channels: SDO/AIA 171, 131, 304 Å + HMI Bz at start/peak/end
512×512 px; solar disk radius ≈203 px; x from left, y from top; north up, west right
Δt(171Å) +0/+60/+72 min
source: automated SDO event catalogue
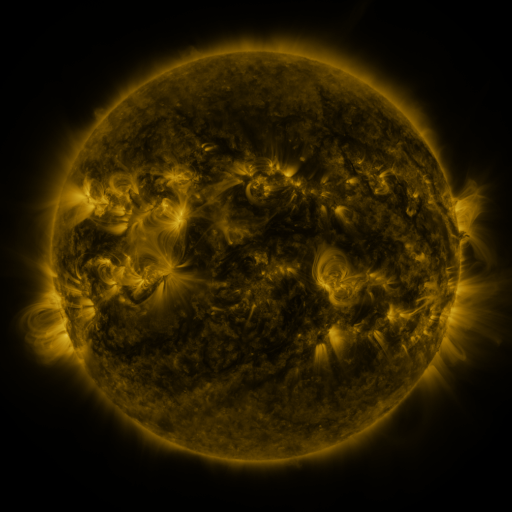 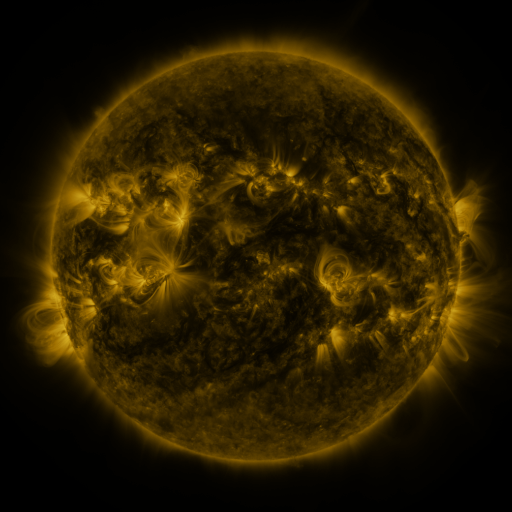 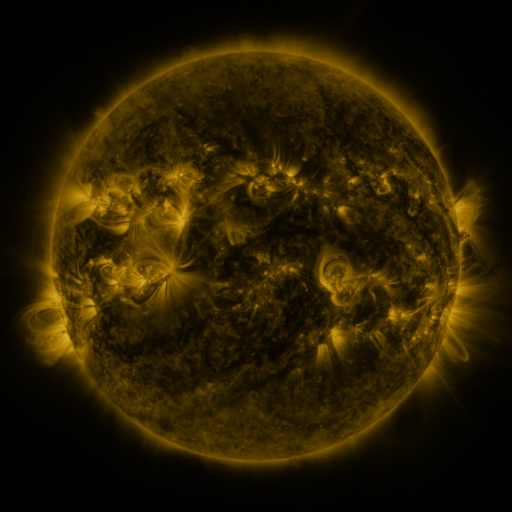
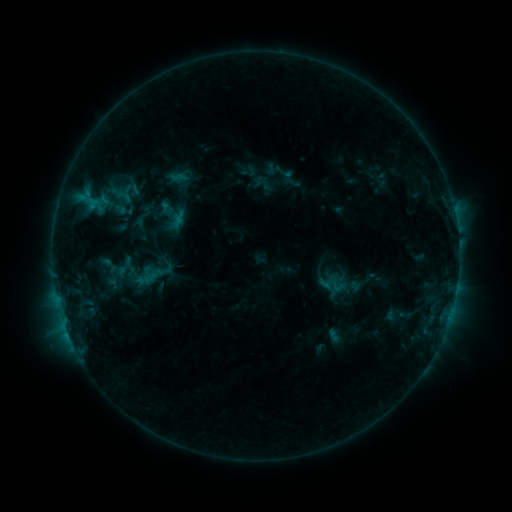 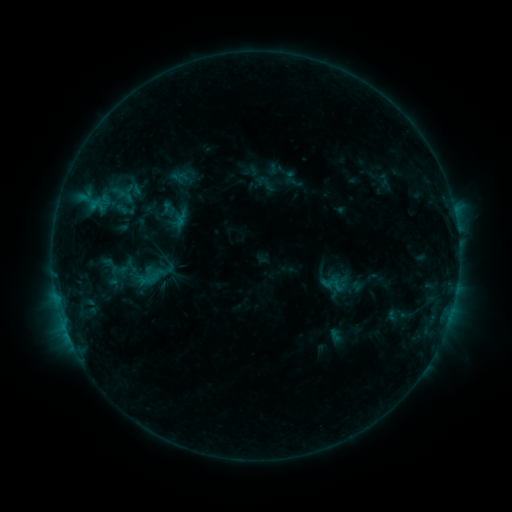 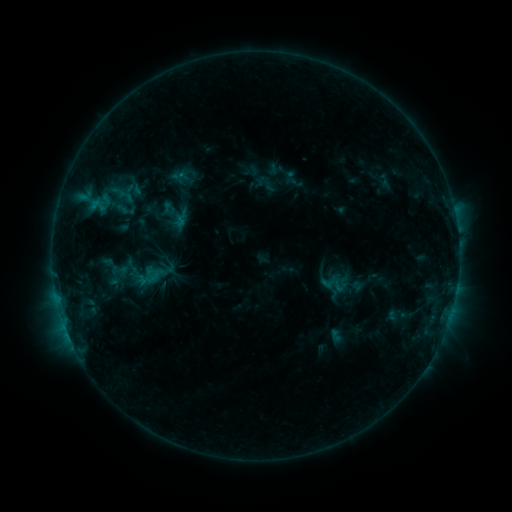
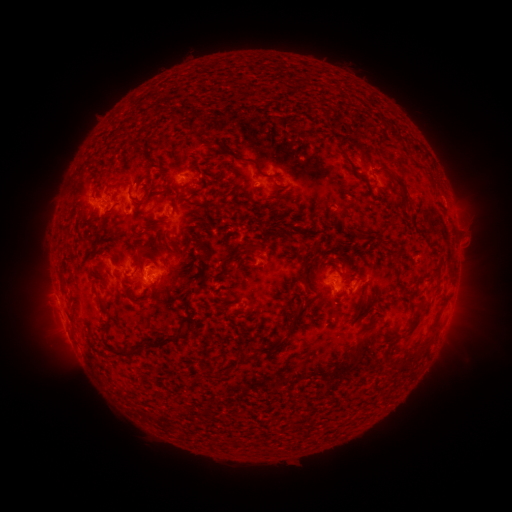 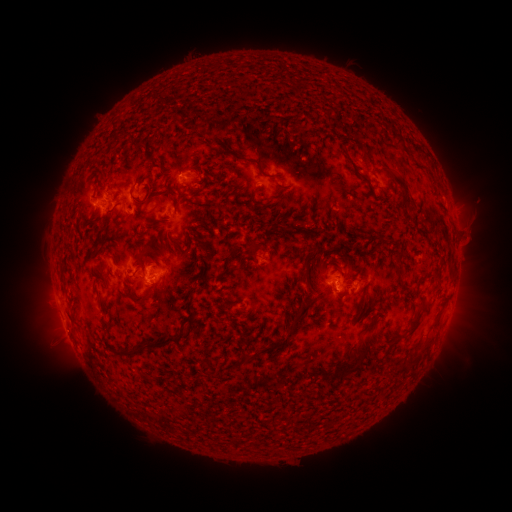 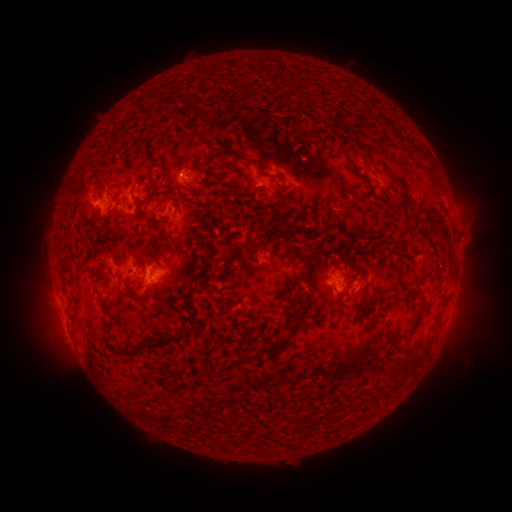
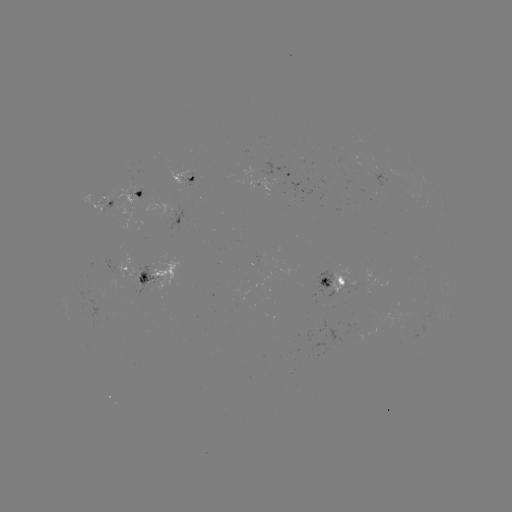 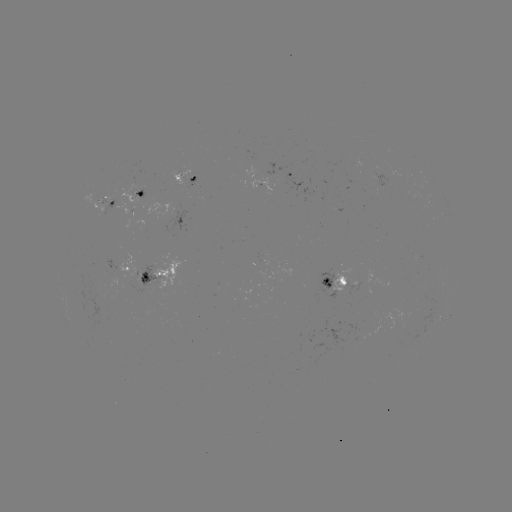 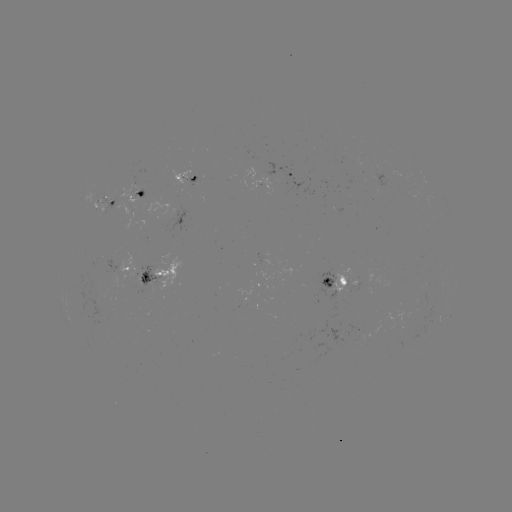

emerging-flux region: <bbox>101, 193, 112, 203</bbox>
